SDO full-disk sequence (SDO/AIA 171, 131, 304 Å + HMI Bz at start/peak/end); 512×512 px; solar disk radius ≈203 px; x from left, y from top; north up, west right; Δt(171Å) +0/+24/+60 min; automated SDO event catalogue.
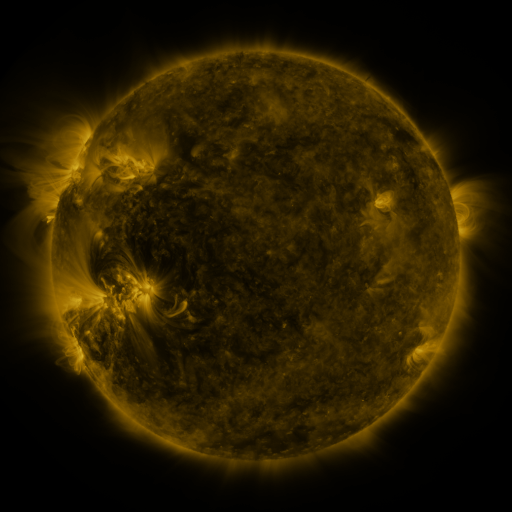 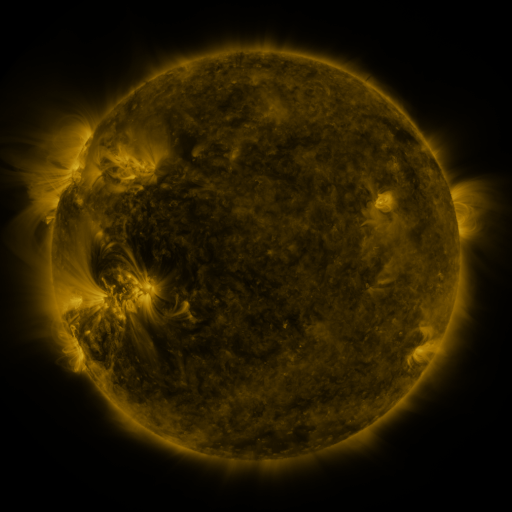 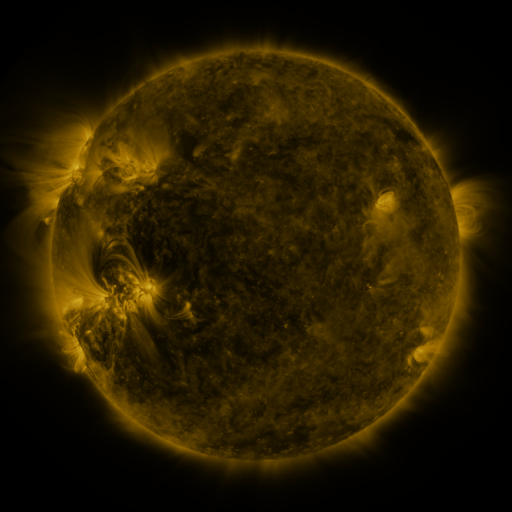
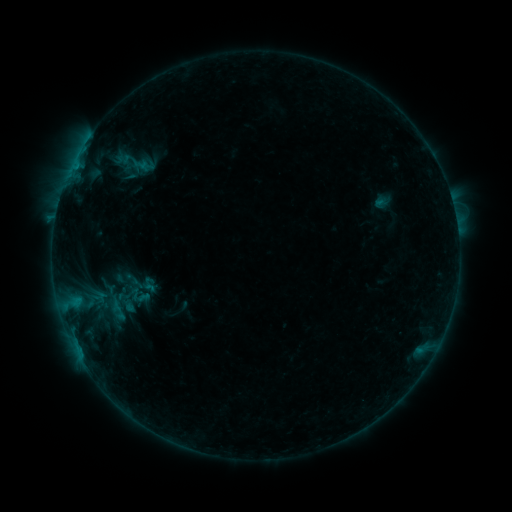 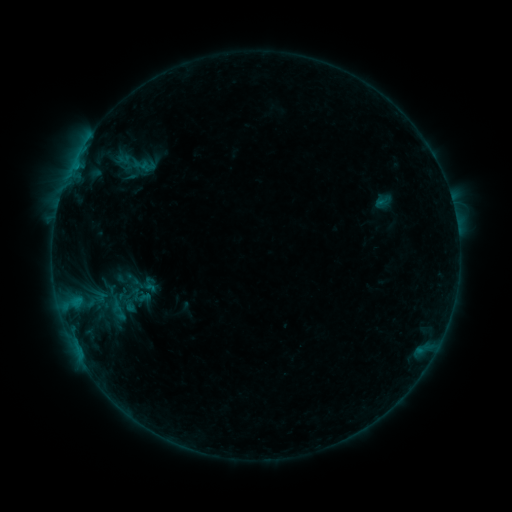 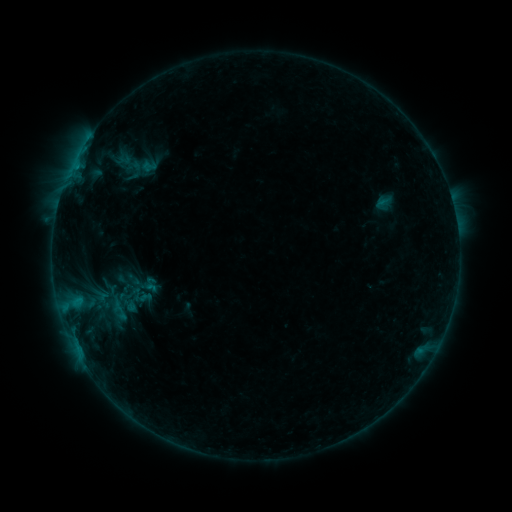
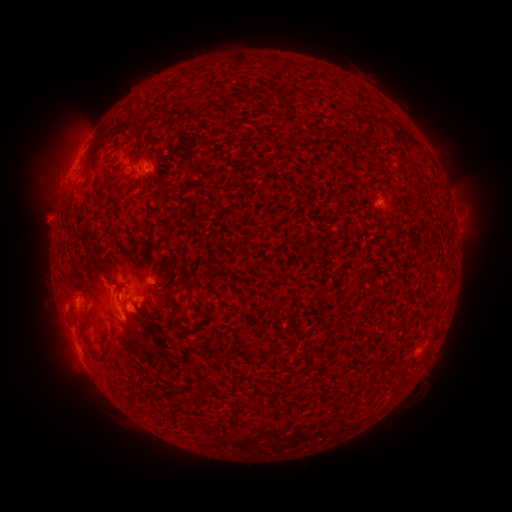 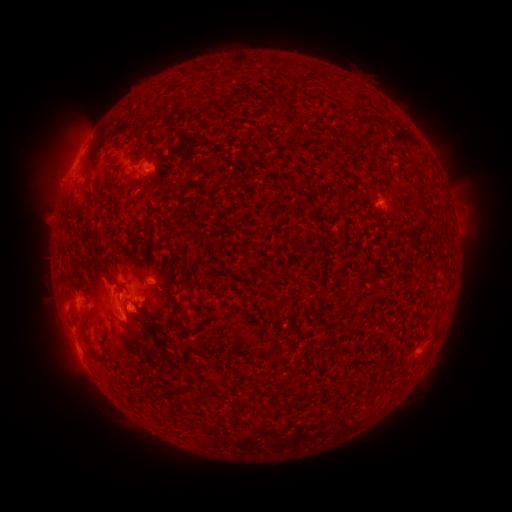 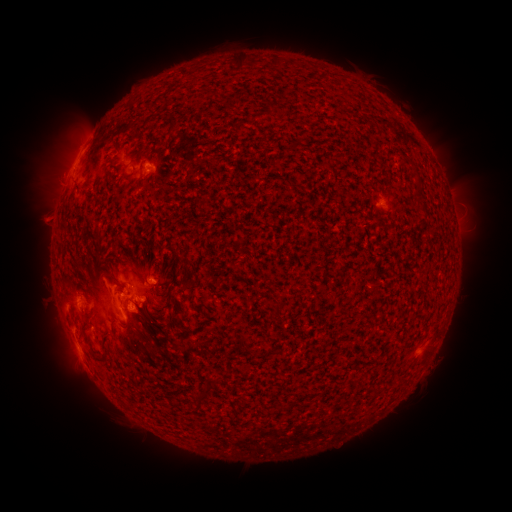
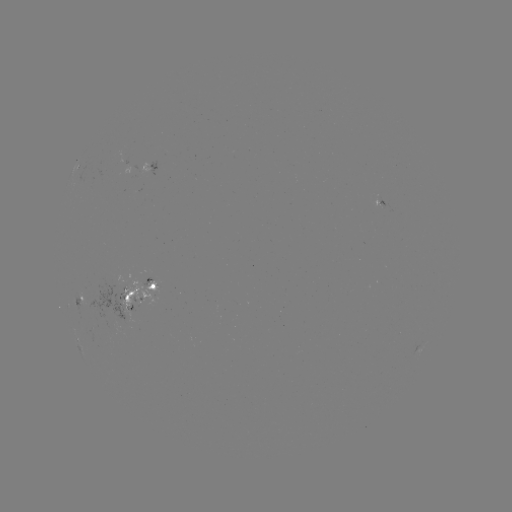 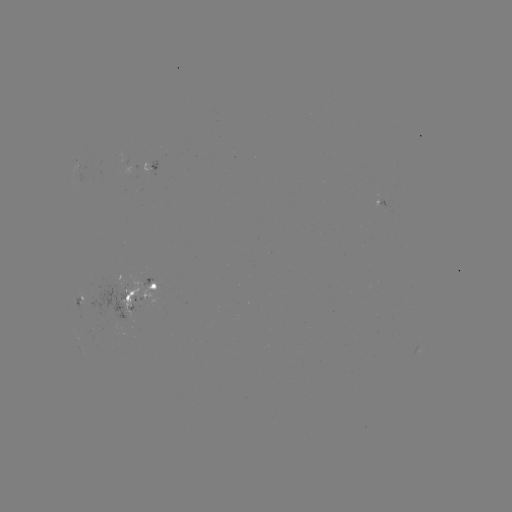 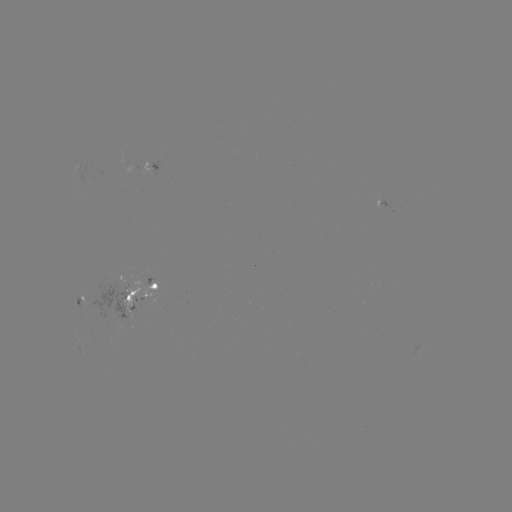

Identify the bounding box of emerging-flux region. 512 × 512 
[377, 198, 387, 210].